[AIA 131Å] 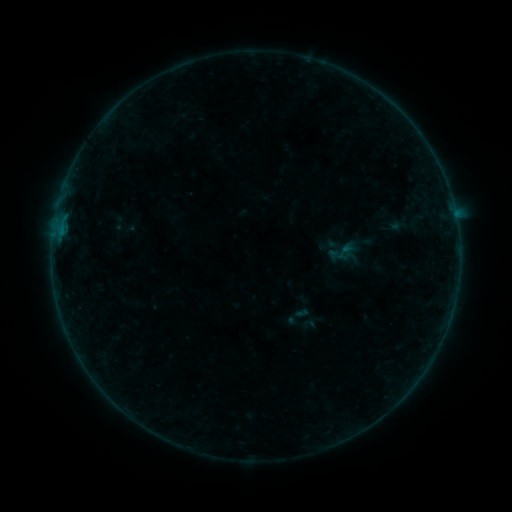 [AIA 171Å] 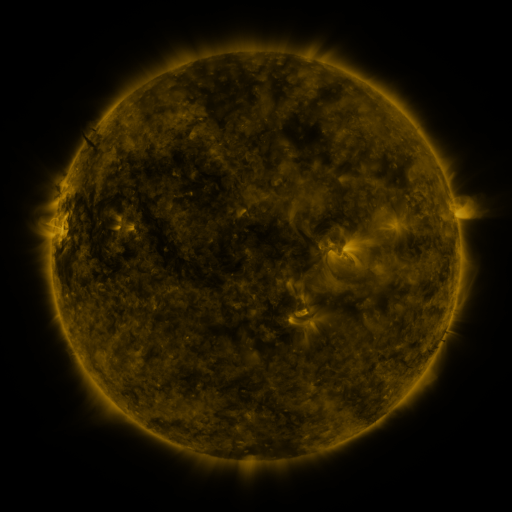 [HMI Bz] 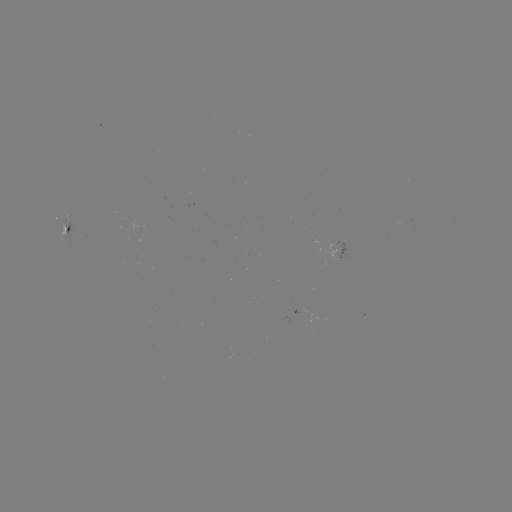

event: sigmoid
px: (345, 251)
